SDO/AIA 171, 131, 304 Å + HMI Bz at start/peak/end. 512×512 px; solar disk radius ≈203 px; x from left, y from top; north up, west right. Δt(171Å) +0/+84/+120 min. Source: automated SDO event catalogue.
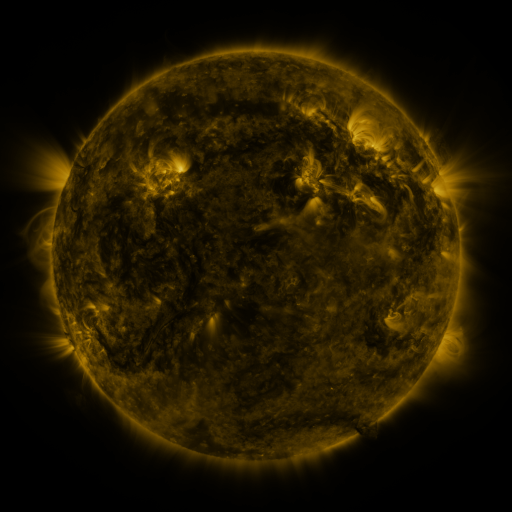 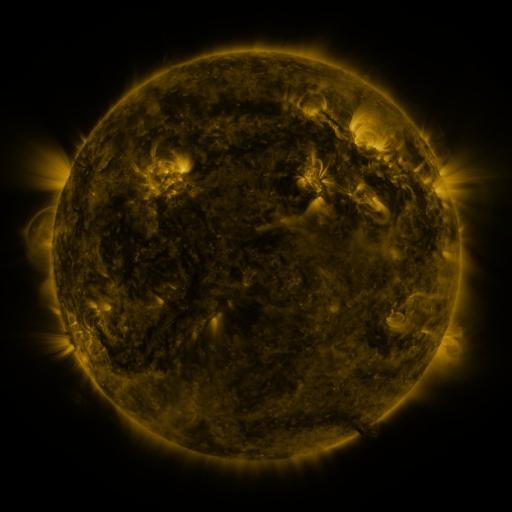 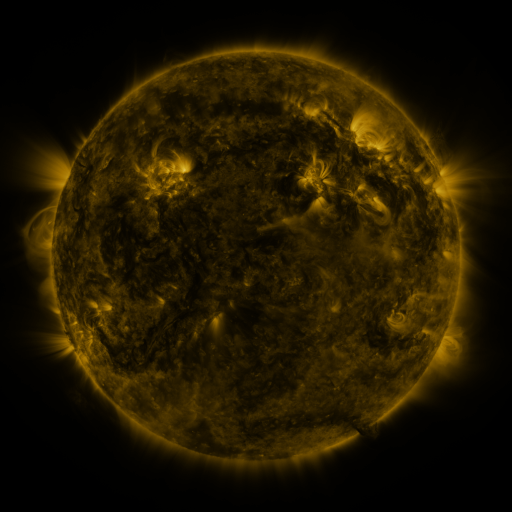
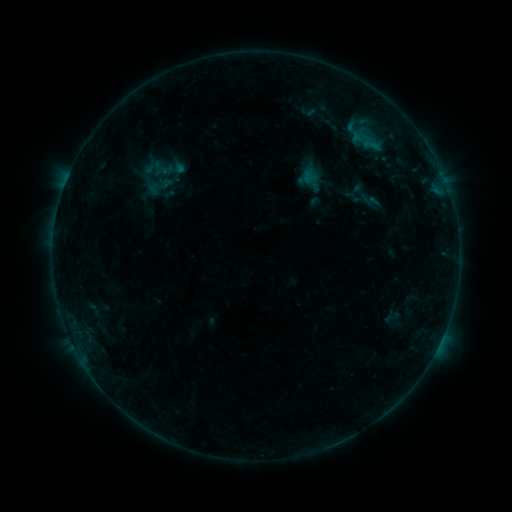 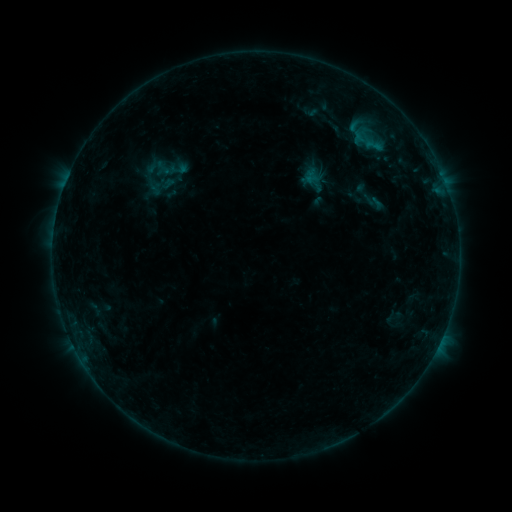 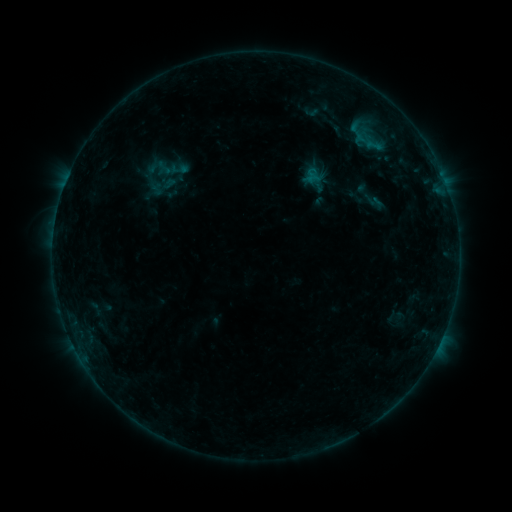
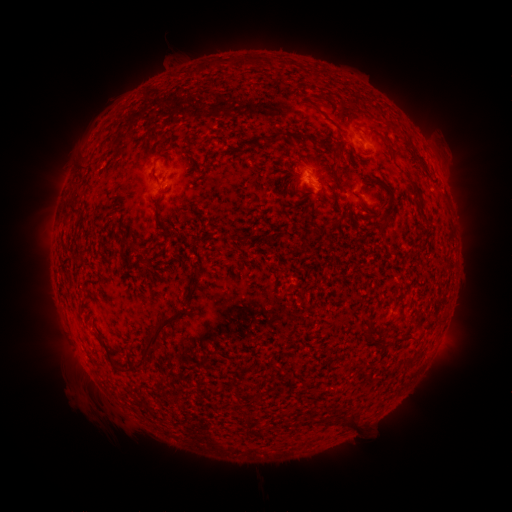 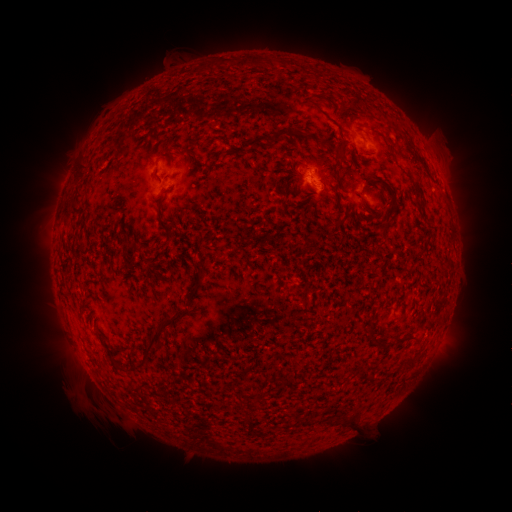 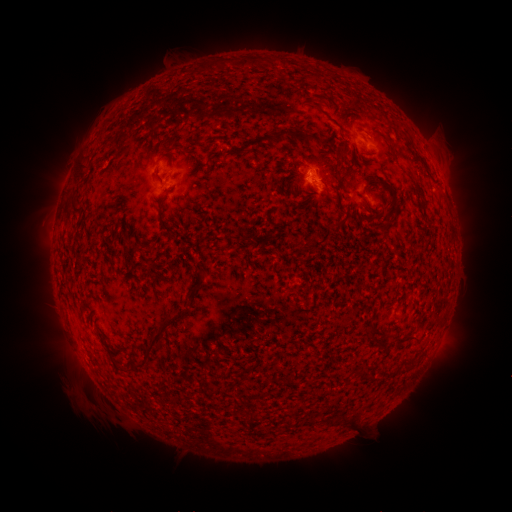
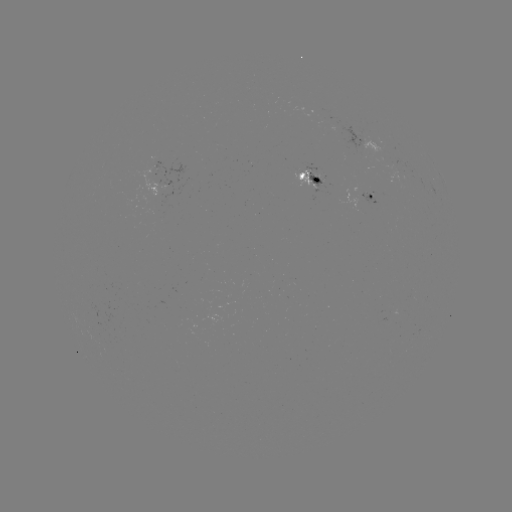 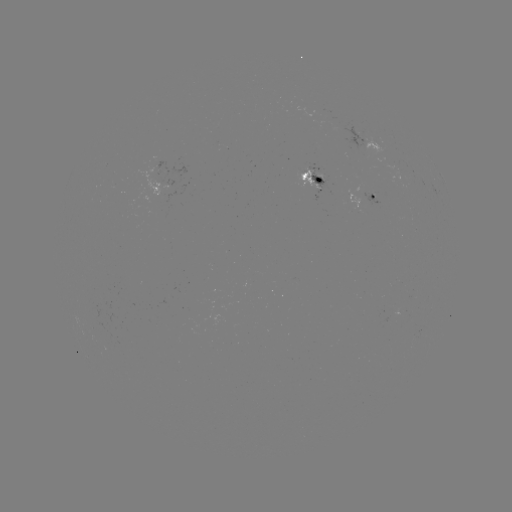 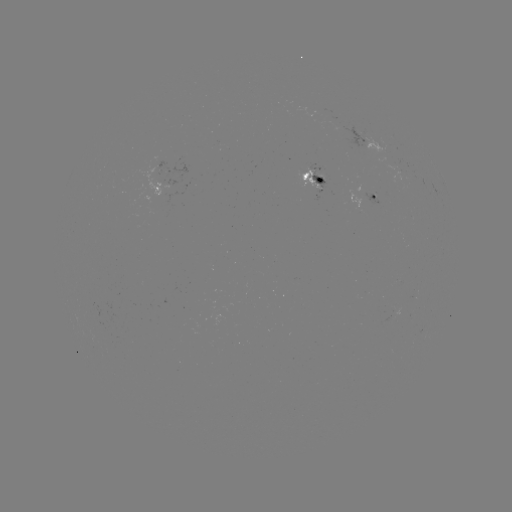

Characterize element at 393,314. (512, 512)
emerging-flux region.